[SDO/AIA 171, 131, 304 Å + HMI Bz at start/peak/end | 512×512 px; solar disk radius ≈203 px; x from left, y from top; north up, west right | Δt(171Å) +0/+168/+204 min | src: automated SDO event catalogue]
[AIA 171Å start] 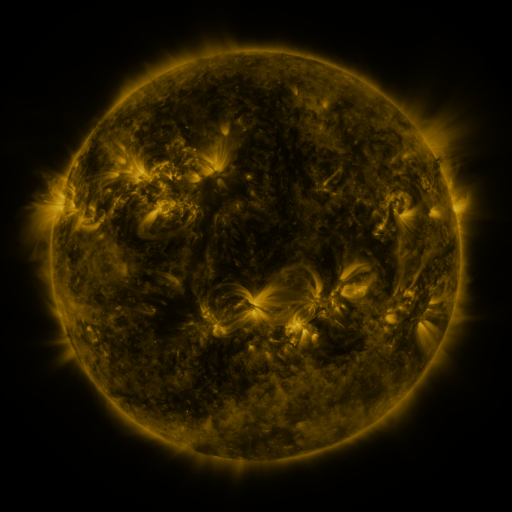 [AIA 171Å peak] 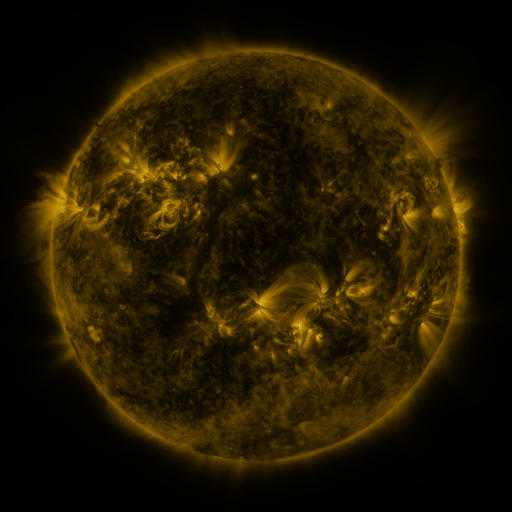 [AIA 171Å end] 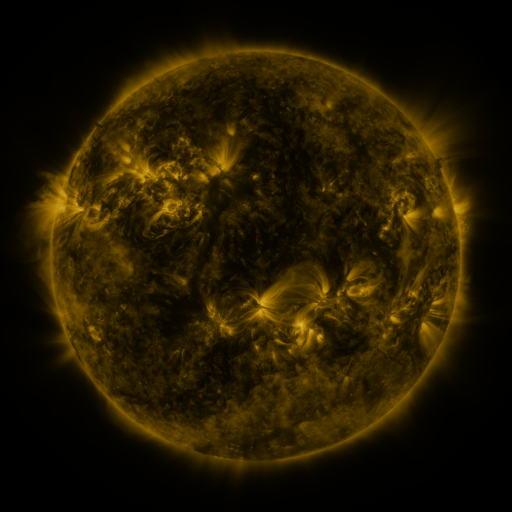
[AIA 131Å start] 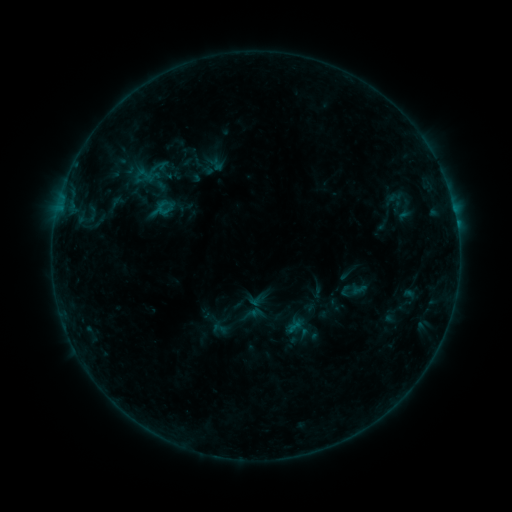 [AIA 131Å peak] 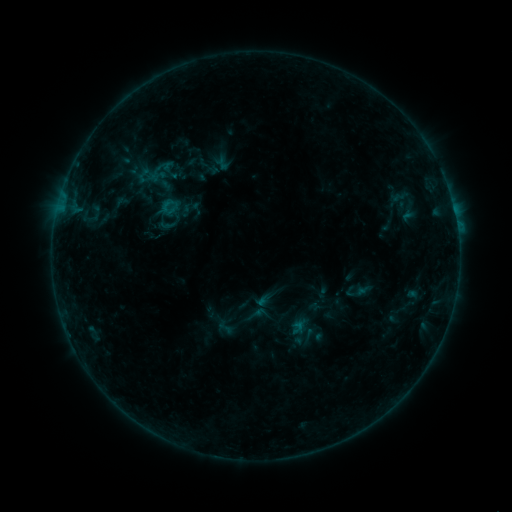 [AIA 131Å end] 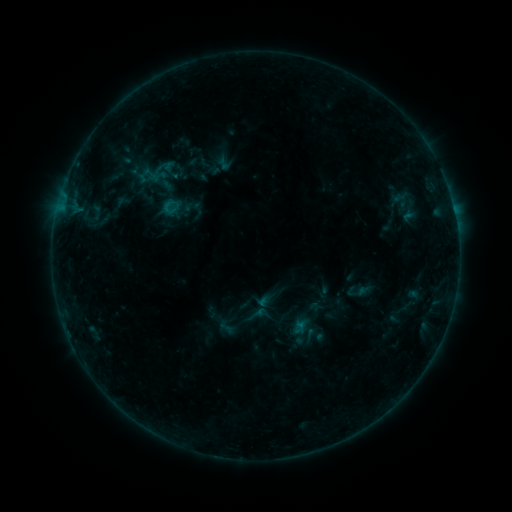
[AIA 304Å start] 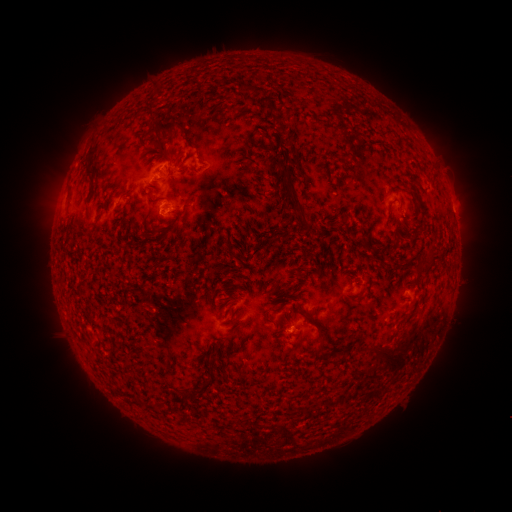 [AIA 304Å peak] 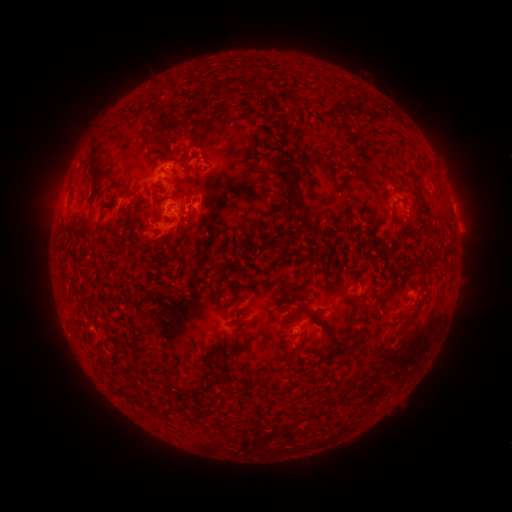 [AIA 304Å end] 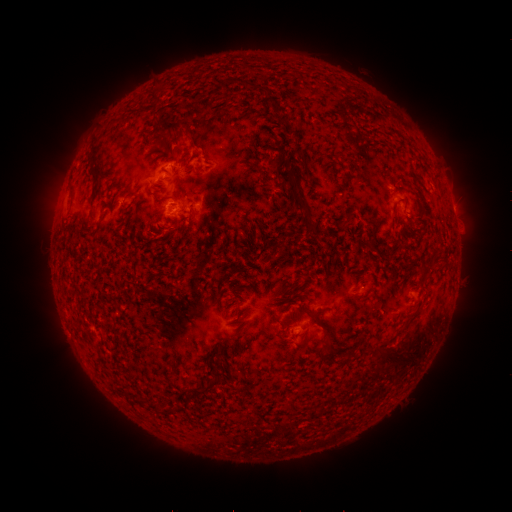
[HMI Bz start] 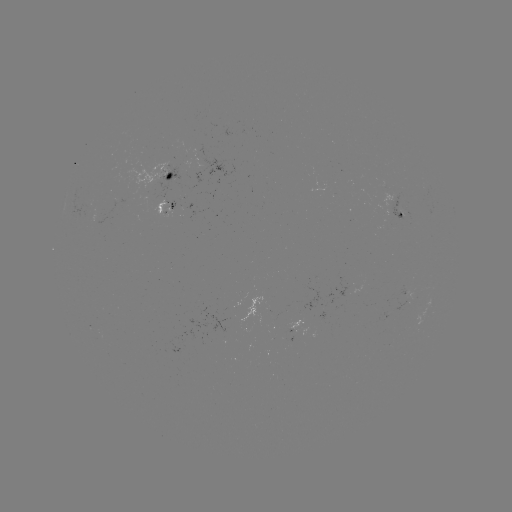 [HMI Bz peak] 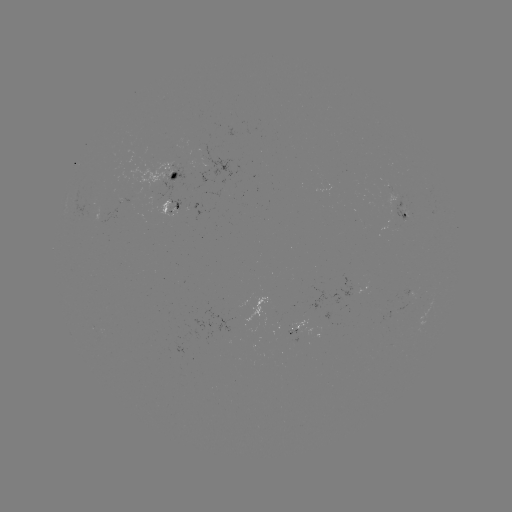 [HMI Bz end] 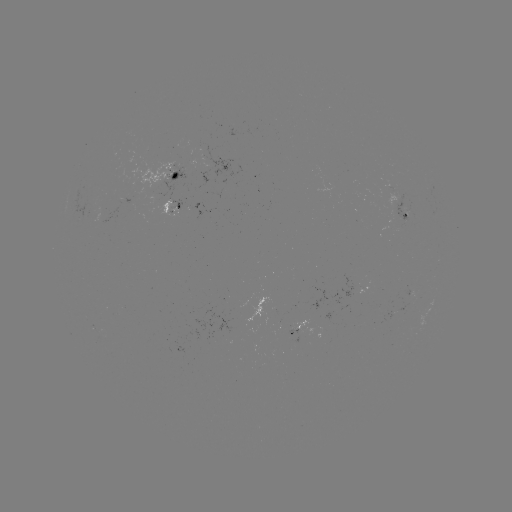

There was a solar emerging-flux region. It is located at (300, 331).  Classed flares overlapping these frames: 1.